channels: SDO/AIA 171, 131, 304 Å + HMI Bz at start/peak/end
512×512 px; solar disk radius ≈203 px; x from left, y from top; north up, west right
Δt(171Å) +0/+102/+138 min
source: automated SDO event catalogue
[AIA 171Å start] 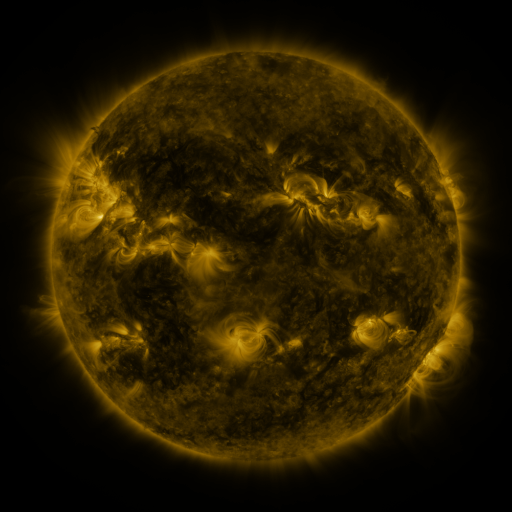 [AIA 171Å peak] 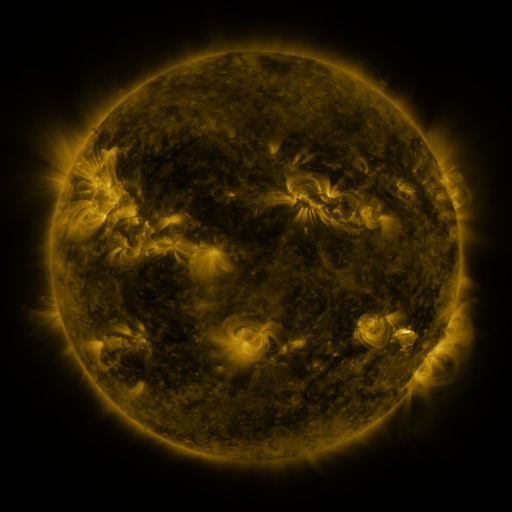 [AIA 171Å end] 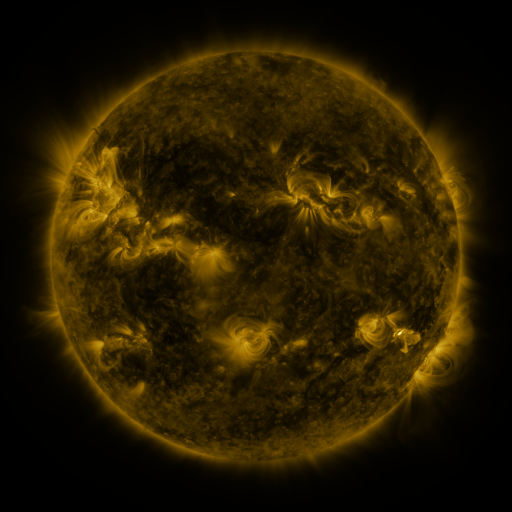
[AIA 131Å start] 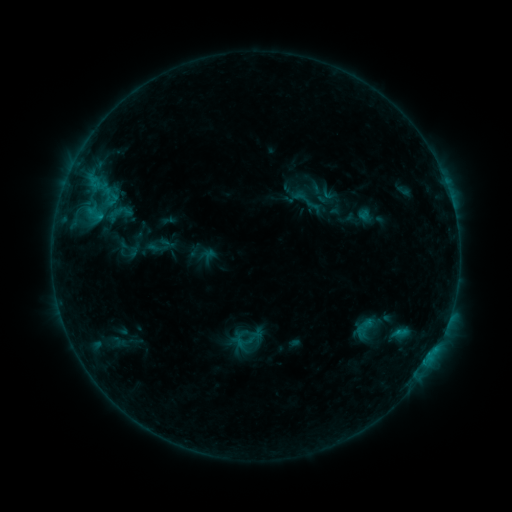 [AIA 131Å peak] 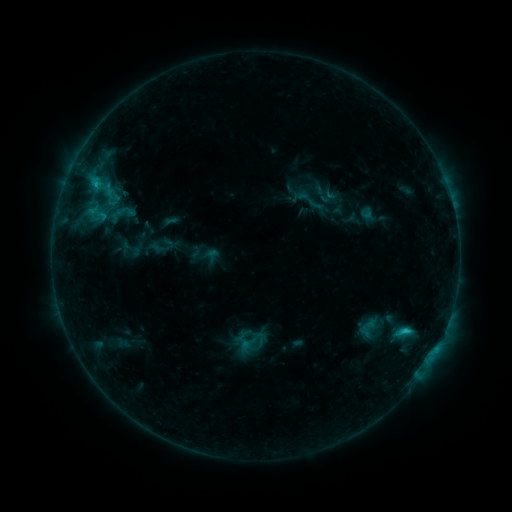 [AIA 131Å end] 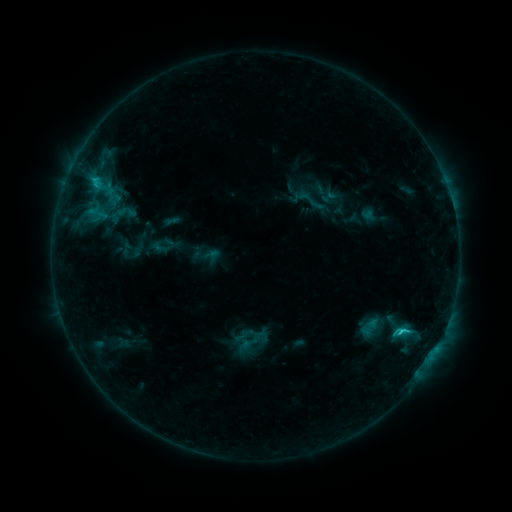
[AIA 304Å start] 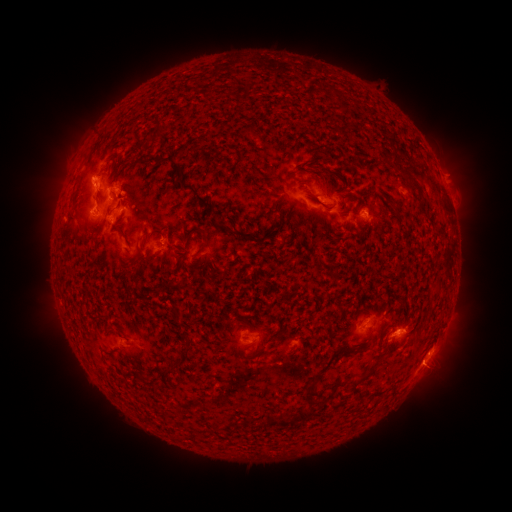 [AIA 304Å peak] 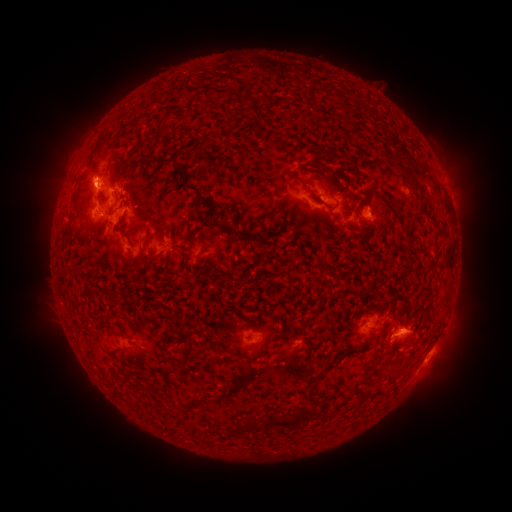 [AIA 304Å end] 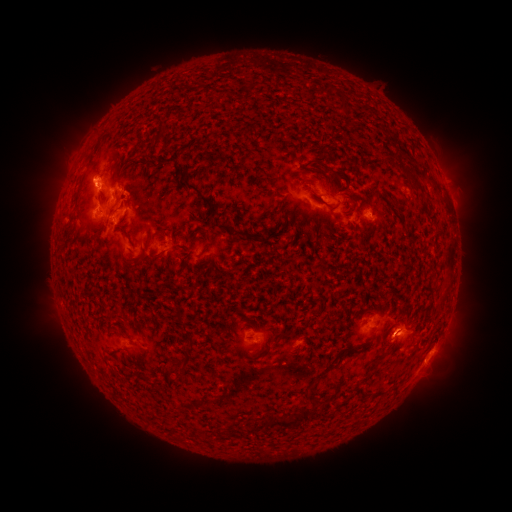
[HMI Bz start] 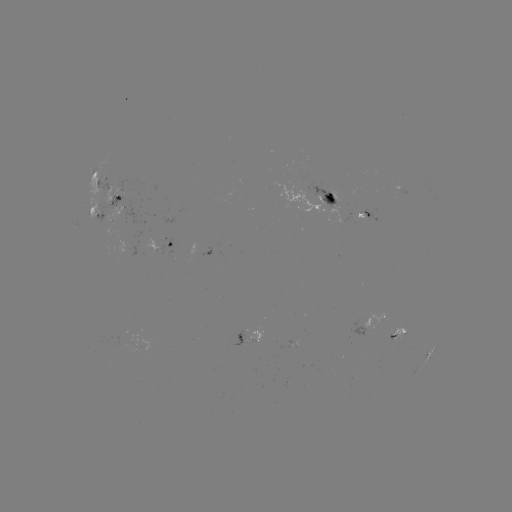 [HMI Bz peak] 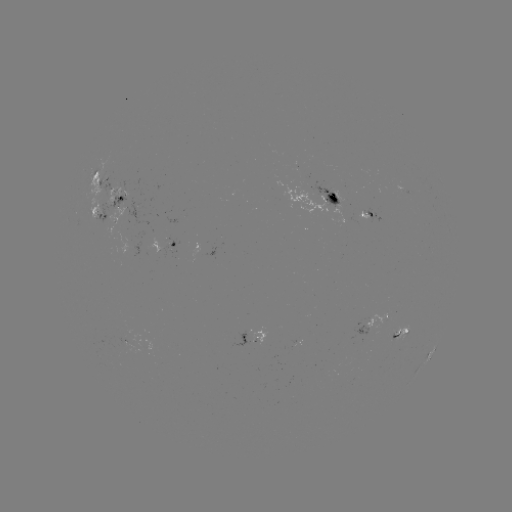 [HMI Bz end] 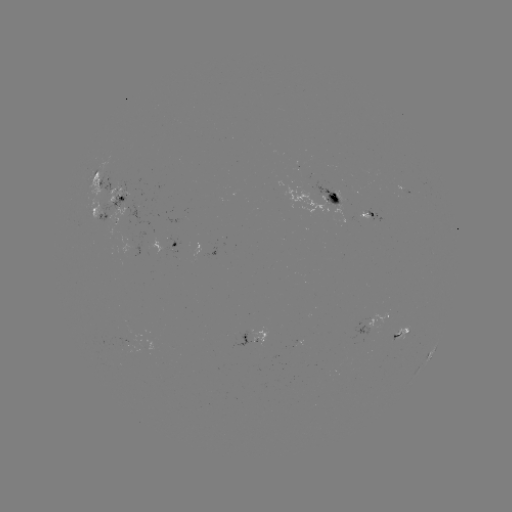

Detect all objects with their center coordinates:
emerging-flux region: (372, 319)
